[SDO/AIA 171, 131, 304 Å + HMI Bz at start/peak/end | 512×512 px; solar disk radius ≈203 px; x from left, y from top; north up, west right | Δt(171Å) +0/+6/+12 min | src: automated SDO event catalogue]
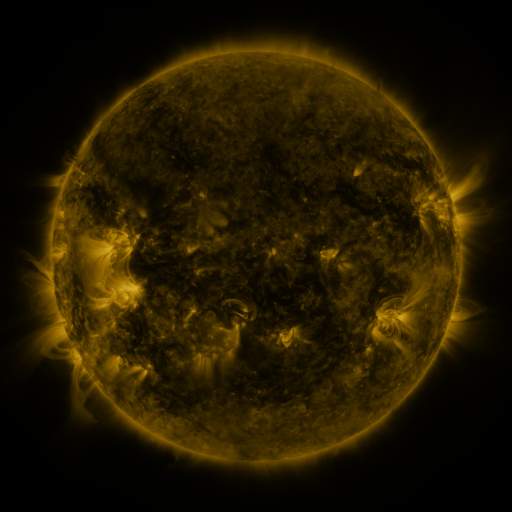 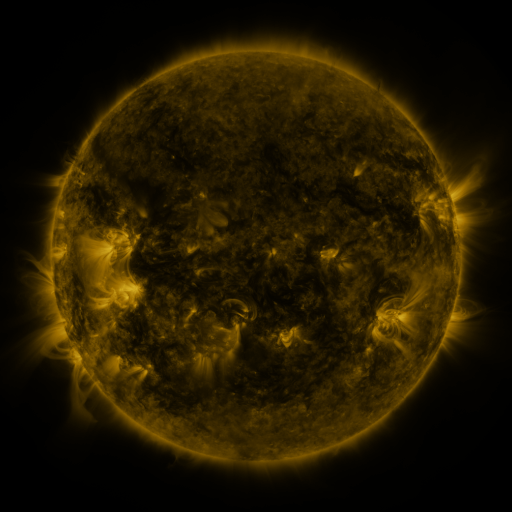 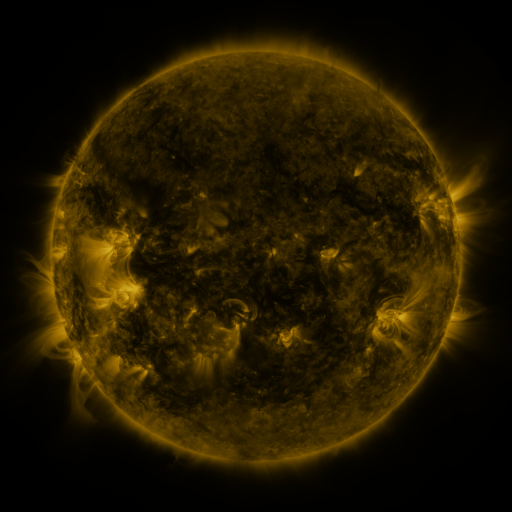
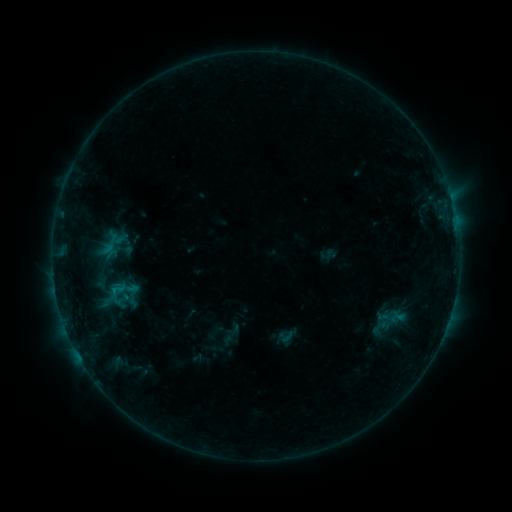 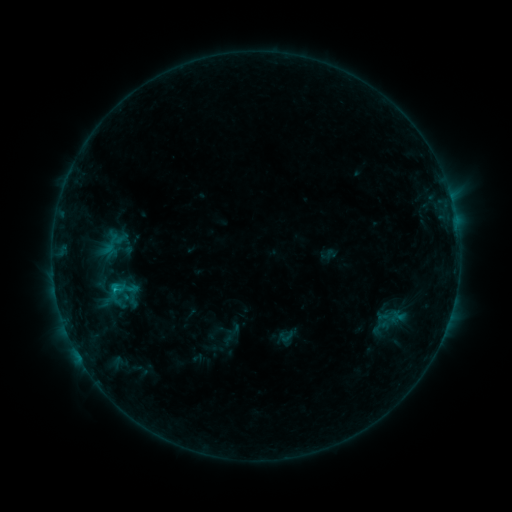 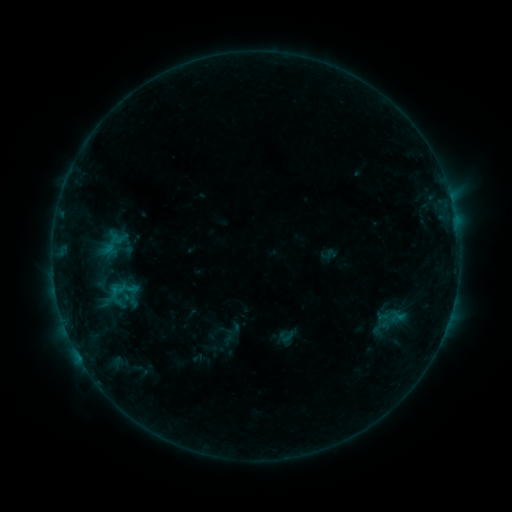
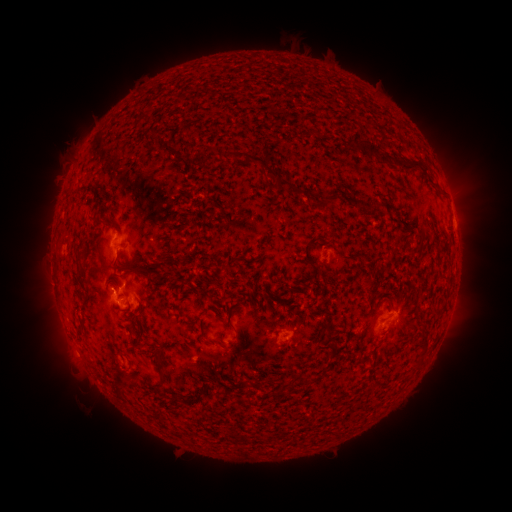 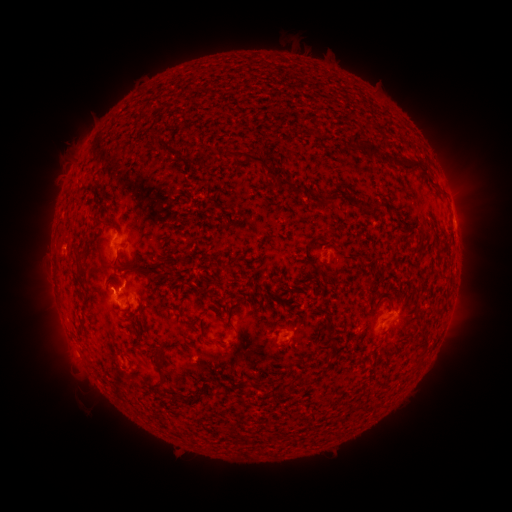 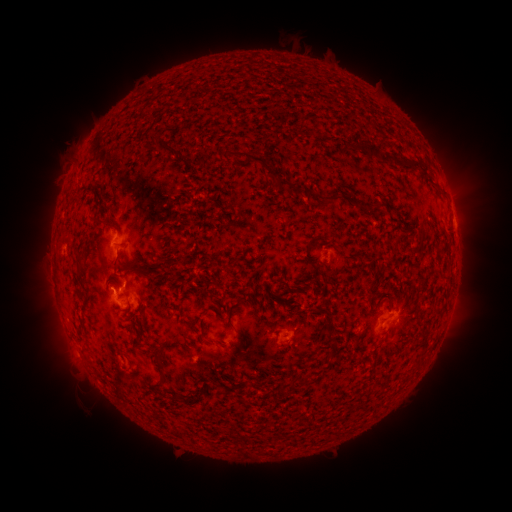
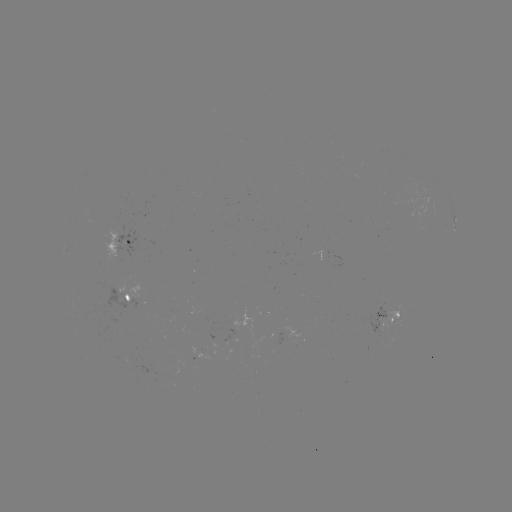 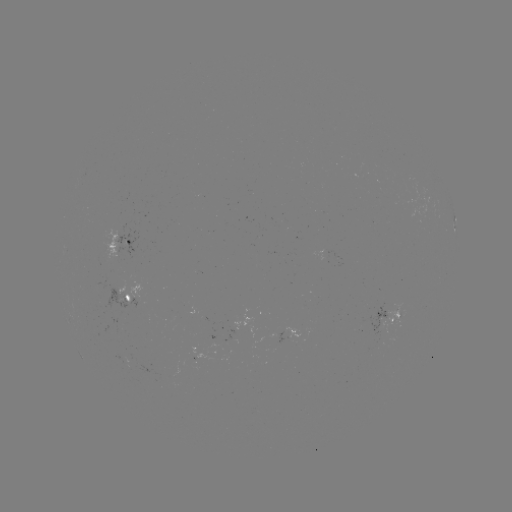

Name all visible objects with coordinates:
B5.5 flare: (117, 290)
